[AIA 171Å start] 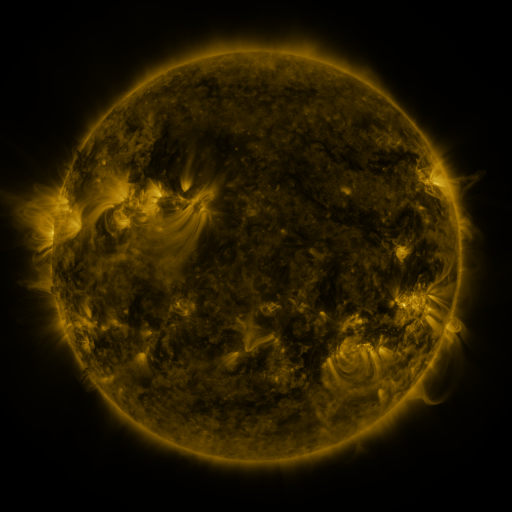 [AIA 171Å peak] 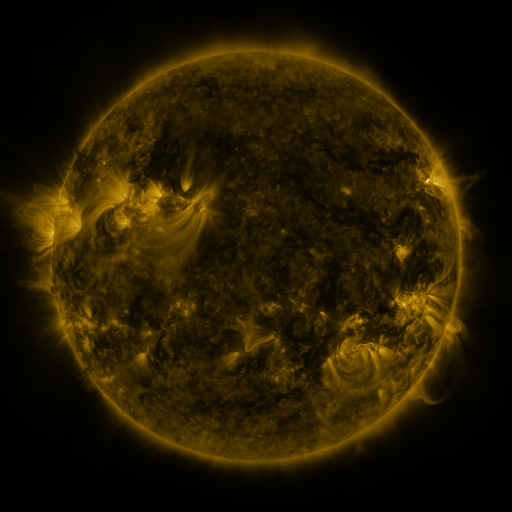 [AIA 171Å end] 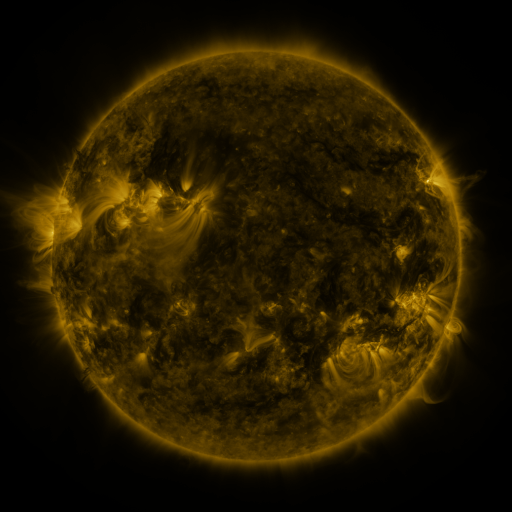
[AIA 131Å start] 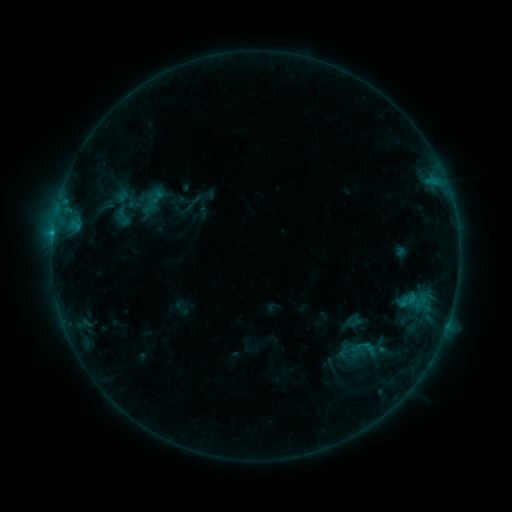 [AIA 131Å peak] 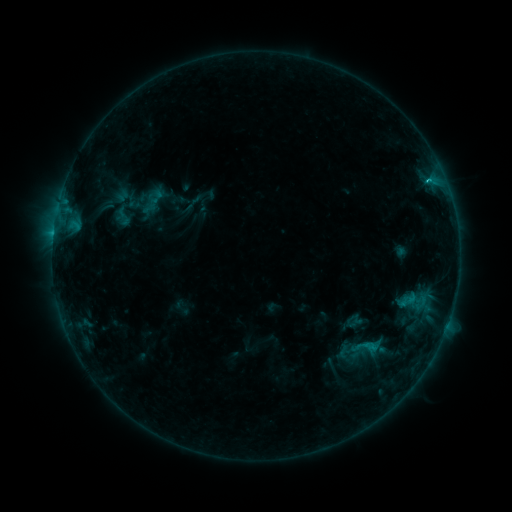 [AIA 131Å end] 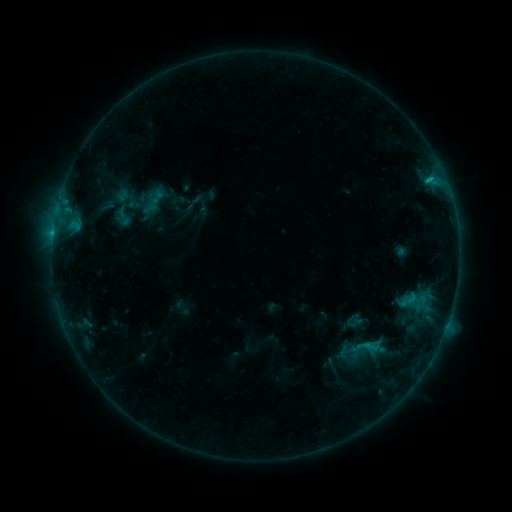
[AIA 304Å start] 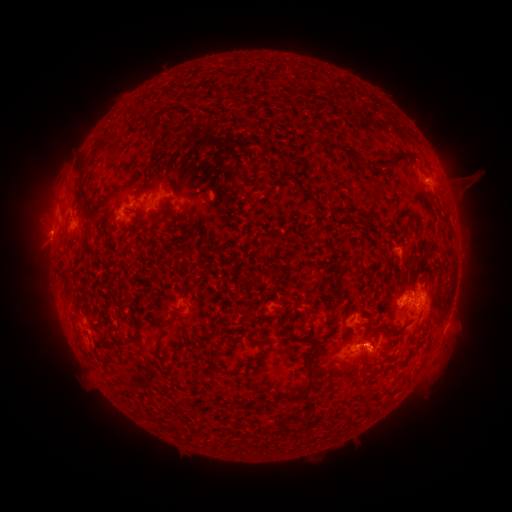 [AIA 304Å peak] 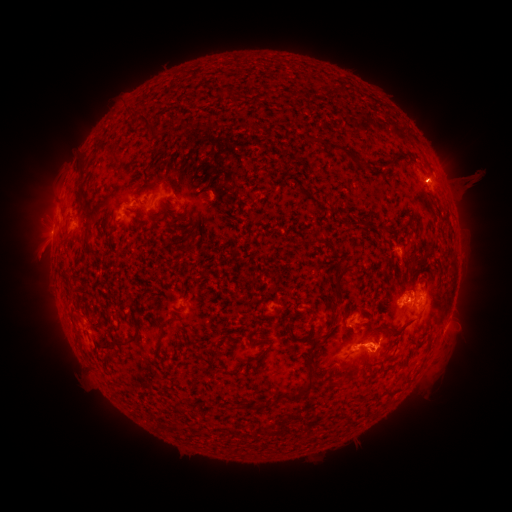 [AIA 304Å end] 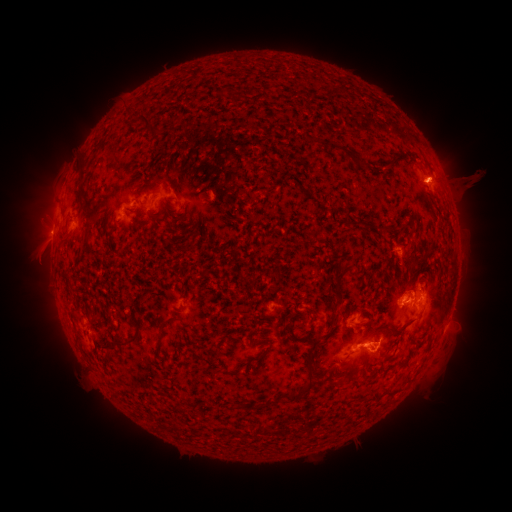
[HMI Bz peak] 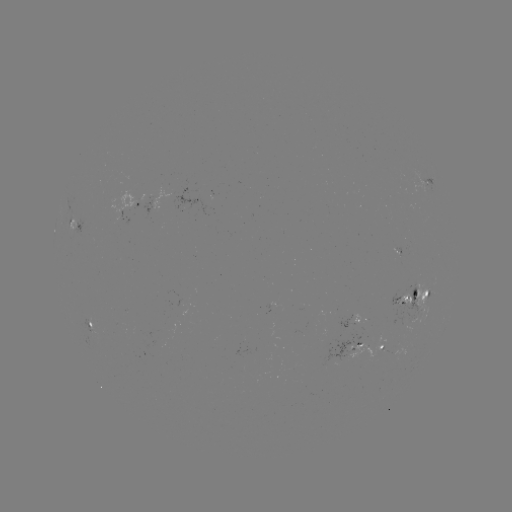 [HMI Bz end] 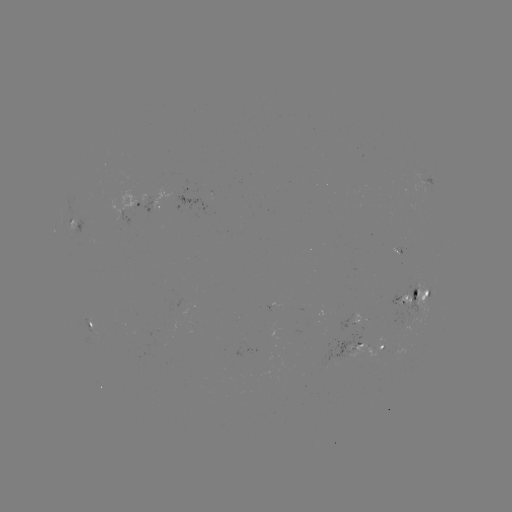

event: eruption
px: (380, 342)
